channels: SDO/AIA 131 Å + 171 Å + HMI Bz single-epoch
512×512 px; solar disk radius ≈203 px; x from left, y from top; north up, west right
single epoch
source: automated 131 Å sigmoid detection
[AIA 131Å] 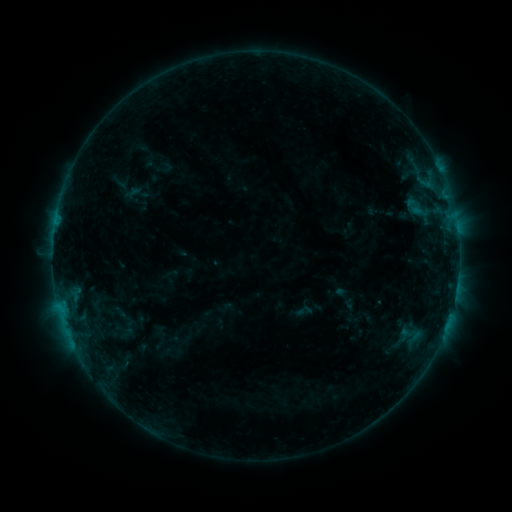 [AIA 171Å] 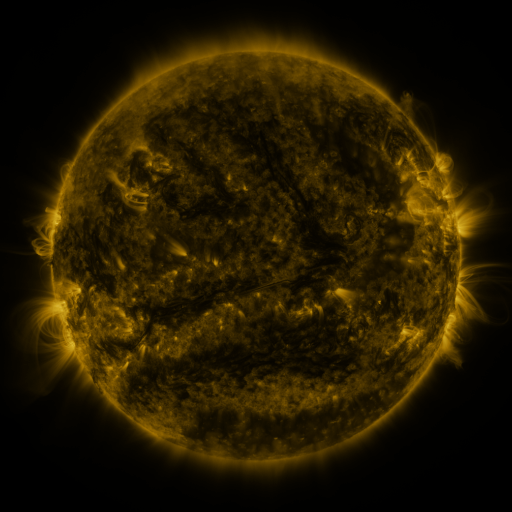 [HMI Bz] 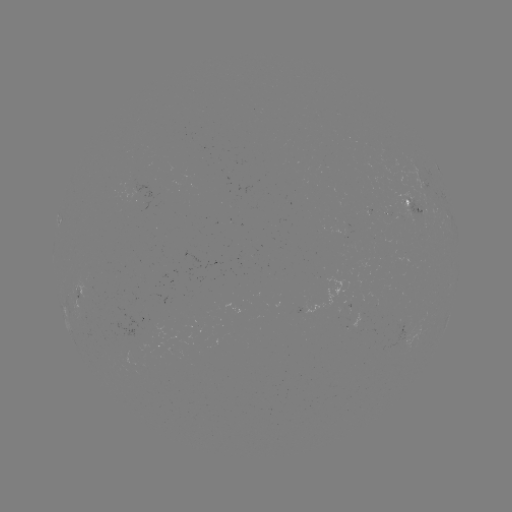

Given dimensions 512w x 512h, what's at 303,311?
sigmoid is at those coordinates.